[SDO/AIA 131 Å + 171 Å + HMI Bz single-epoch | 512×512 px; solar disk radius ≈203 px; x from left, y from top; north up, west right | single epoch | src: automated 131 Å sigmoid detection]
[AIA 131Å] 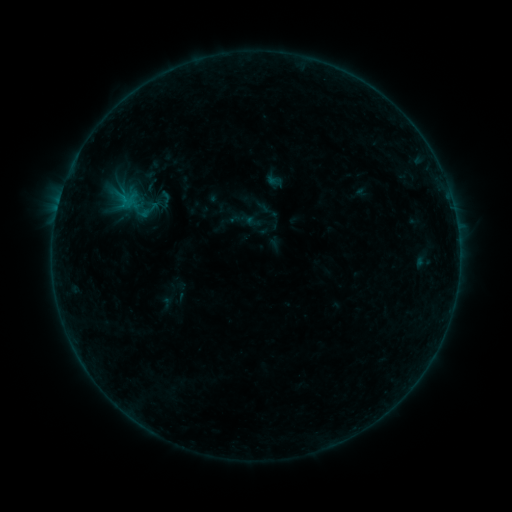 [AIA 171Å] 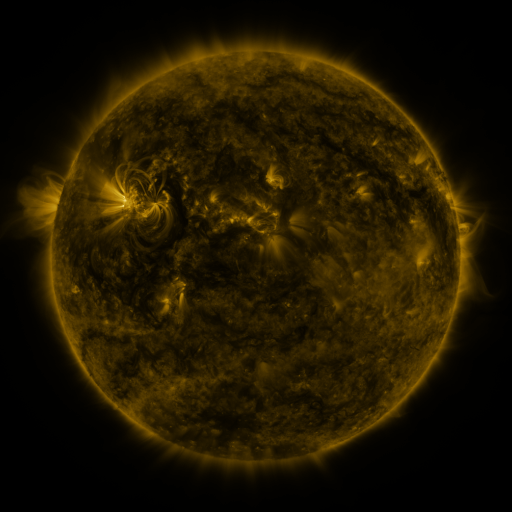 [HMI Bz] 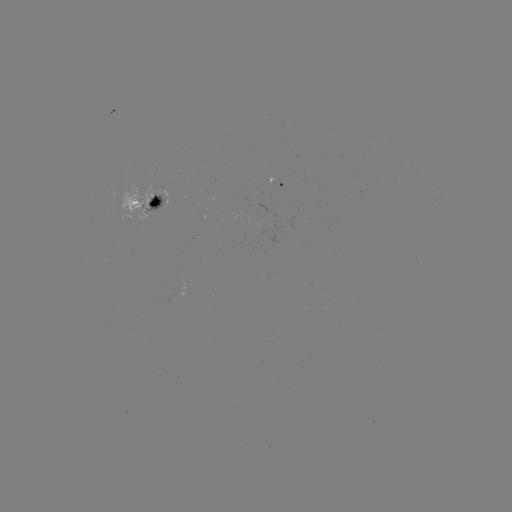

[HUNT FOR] sigmoid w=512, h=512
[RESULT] (164, 198)